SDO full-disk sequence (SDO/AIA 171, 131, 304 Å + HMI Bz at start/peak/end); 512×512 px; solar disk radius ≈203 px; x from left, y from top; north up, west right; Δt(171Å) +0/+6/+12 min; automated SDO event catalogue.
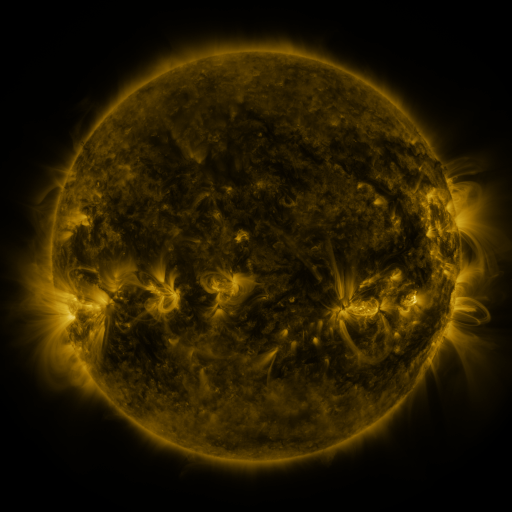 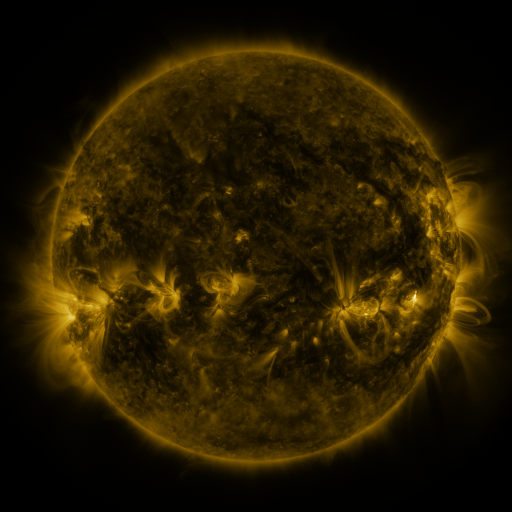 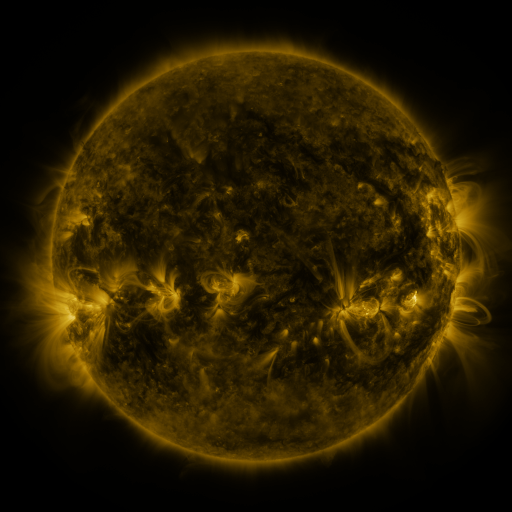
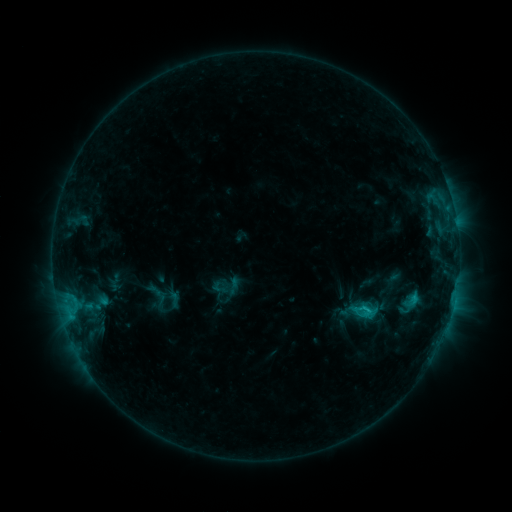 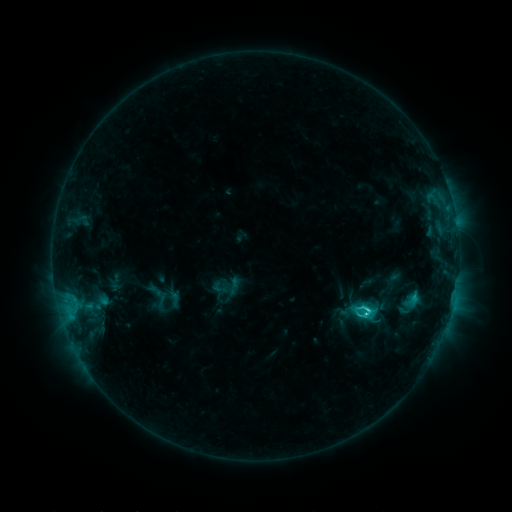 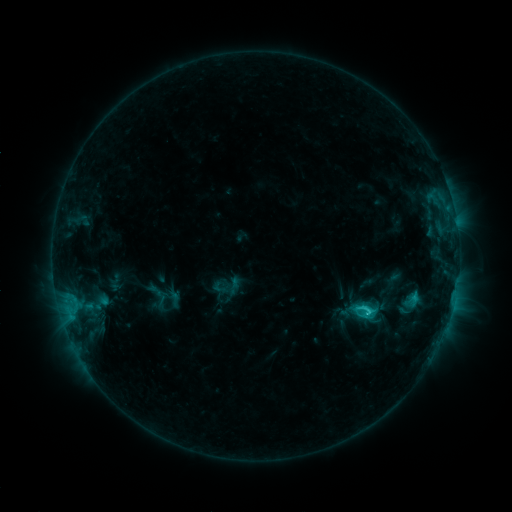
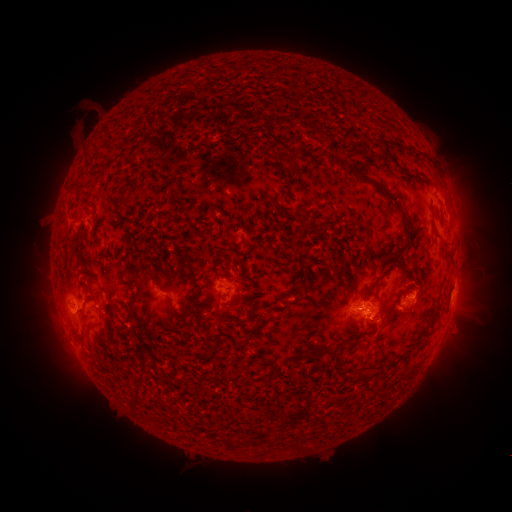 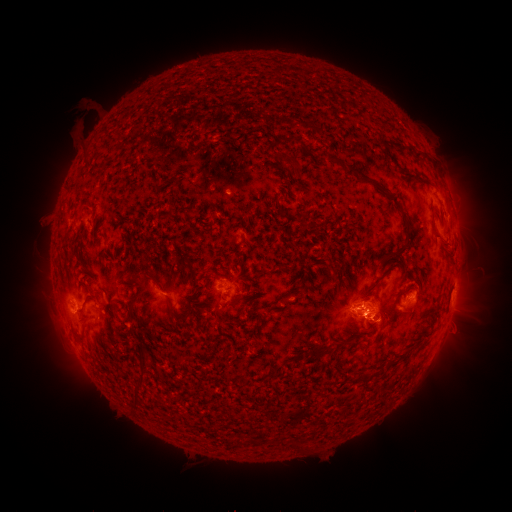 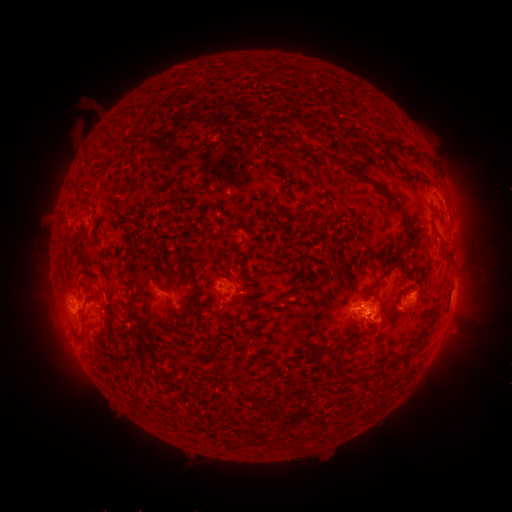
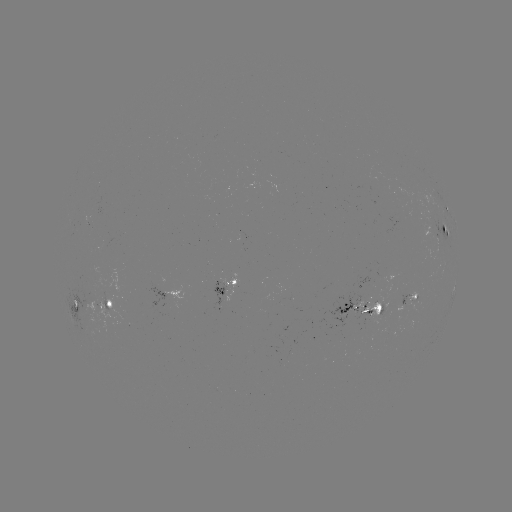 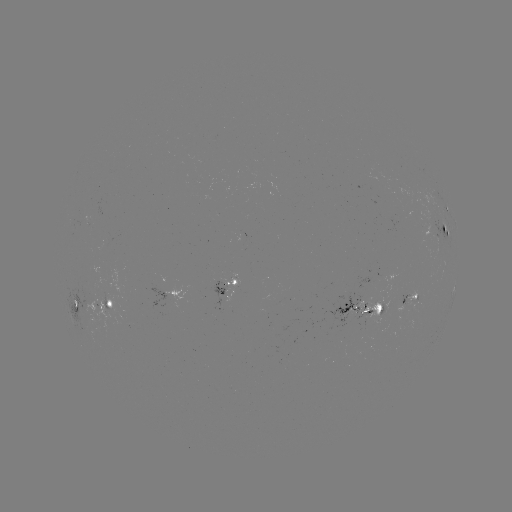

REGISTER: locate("C3.0 flare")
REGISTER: (365, 307)